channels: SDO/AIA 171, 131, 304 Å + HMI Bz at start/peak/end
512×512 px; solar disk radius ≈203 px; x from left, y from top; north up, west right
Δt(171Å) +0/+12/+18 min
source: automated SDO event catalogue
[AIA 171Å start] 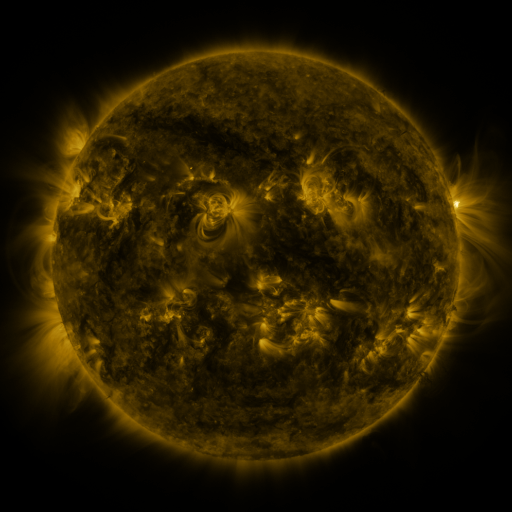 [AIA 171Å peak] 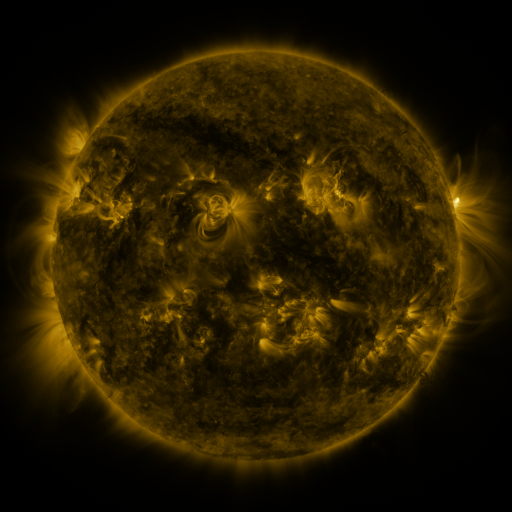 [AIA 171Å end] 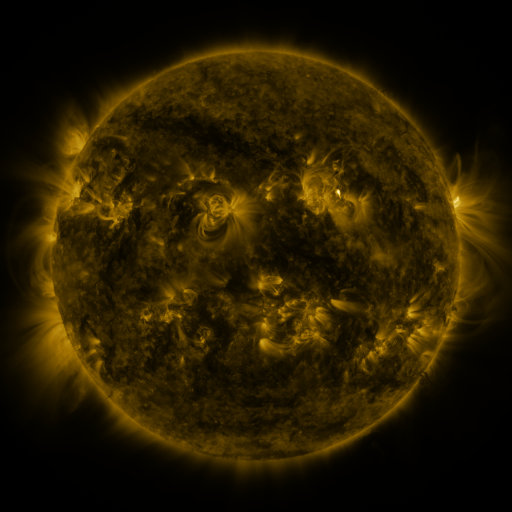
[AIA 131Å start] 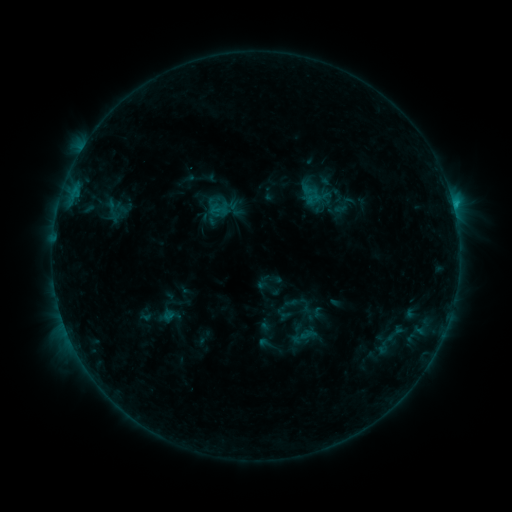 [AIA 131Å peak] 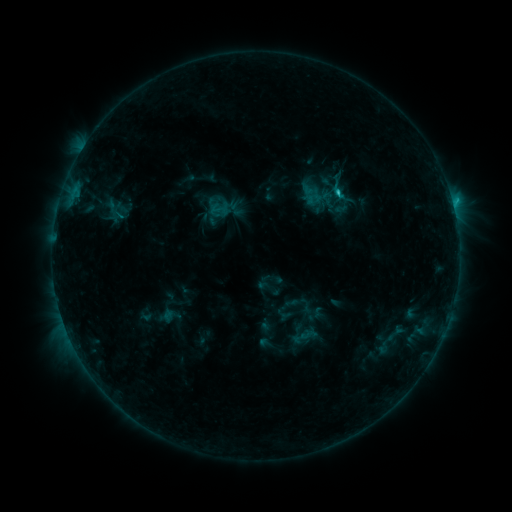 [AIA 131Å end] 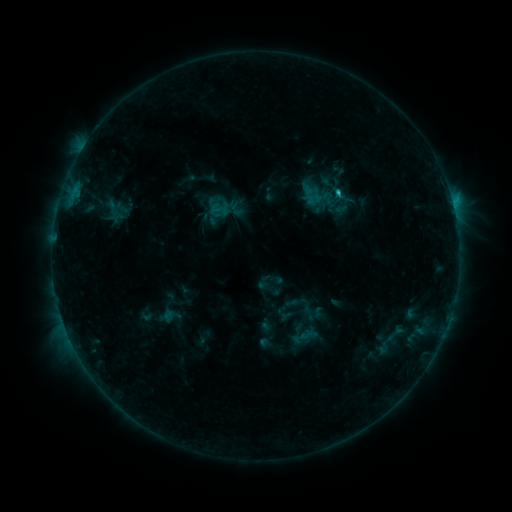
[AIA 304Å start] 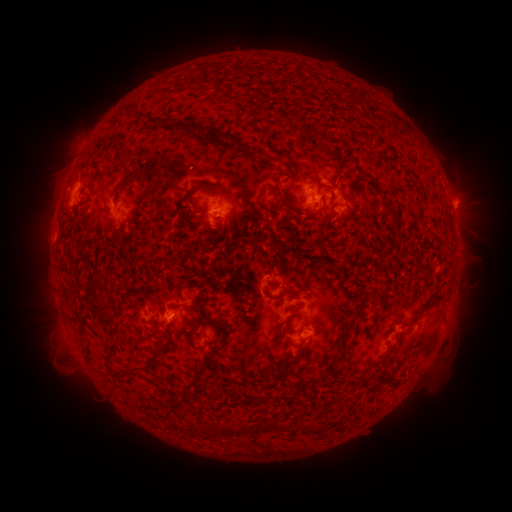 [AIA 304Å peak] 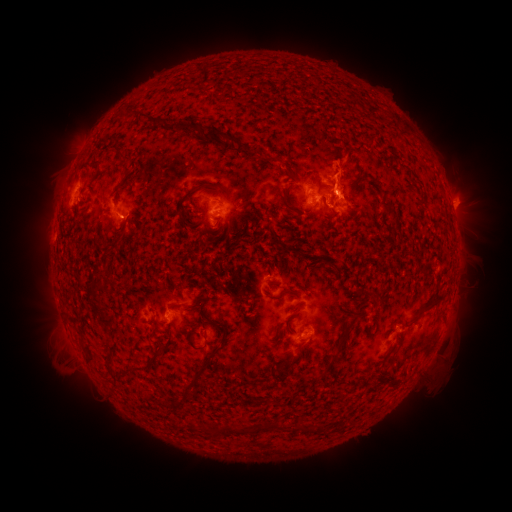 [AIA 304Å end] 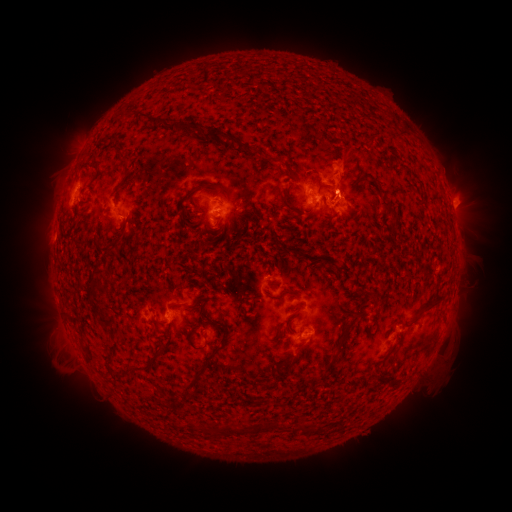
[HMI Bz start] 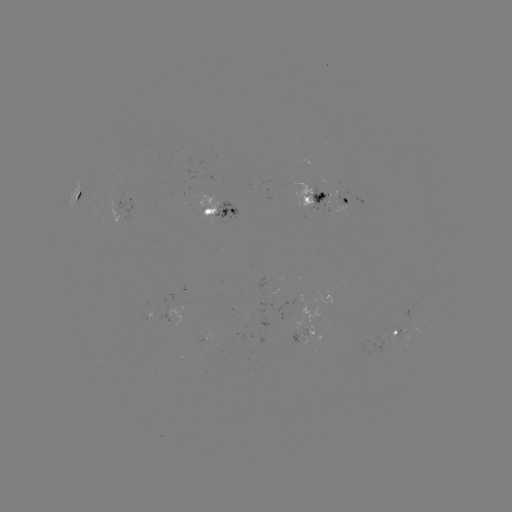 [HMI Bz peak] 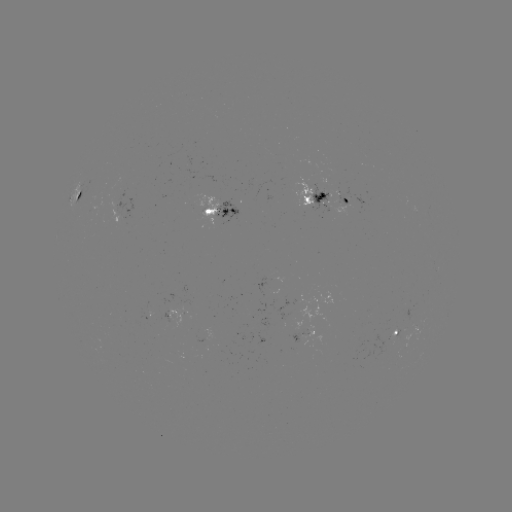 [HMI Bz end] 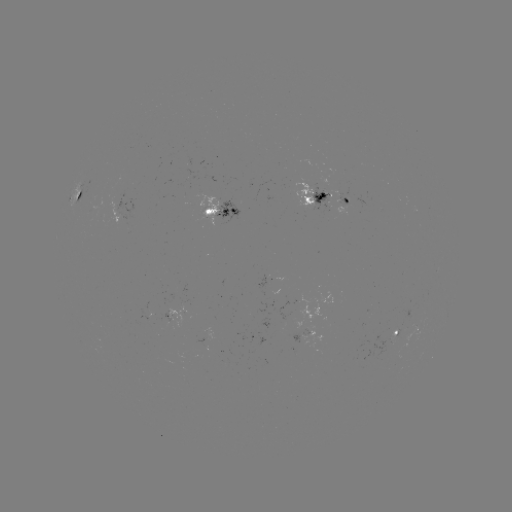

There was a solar flare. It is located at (335, 193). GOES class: C1.1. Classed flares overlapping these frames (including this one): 1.